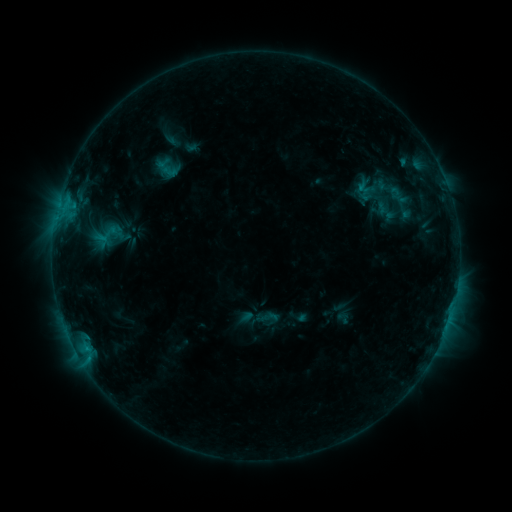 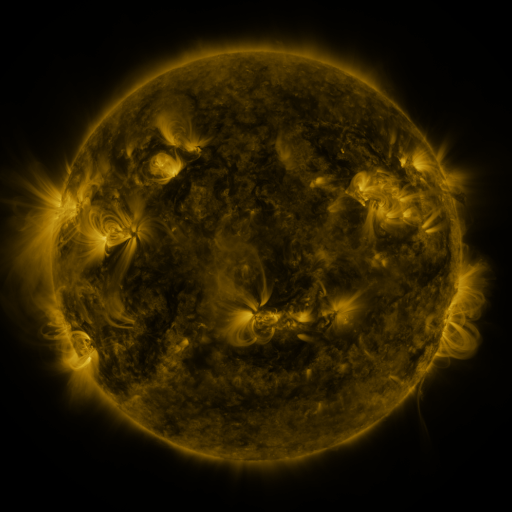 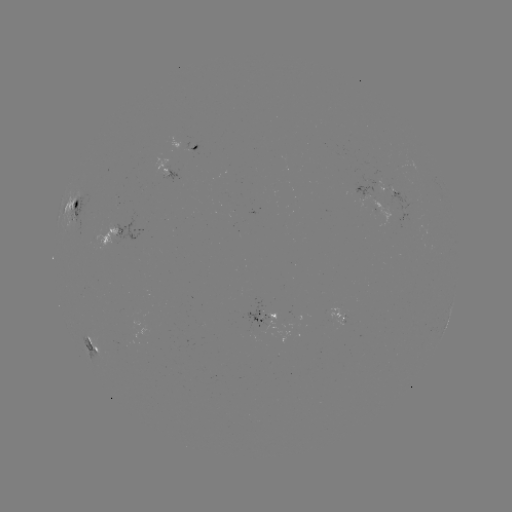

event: sigmoid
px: (269, 317)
